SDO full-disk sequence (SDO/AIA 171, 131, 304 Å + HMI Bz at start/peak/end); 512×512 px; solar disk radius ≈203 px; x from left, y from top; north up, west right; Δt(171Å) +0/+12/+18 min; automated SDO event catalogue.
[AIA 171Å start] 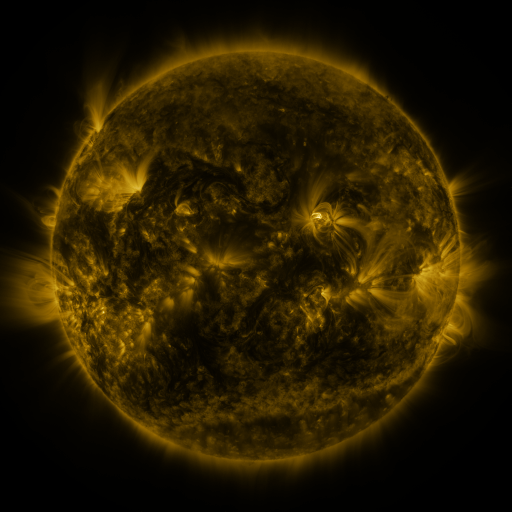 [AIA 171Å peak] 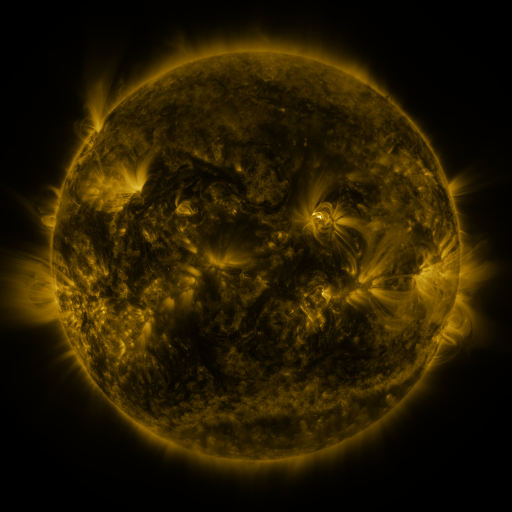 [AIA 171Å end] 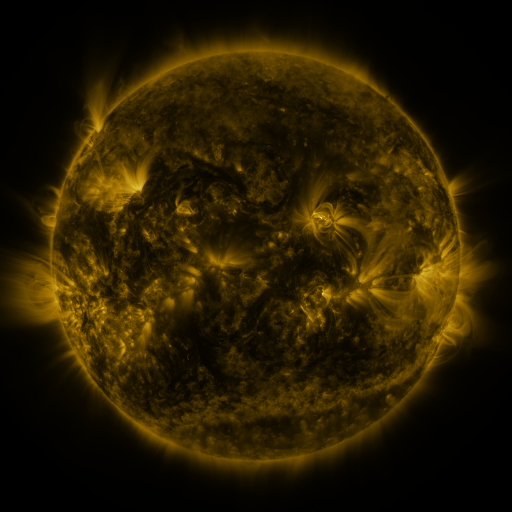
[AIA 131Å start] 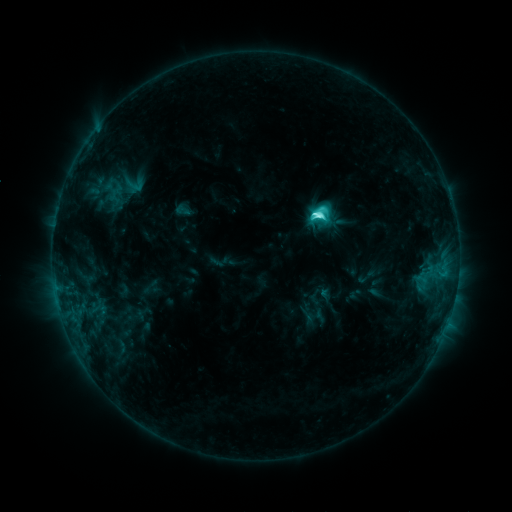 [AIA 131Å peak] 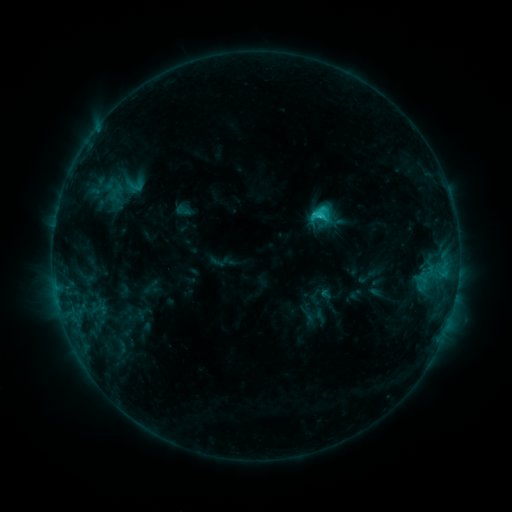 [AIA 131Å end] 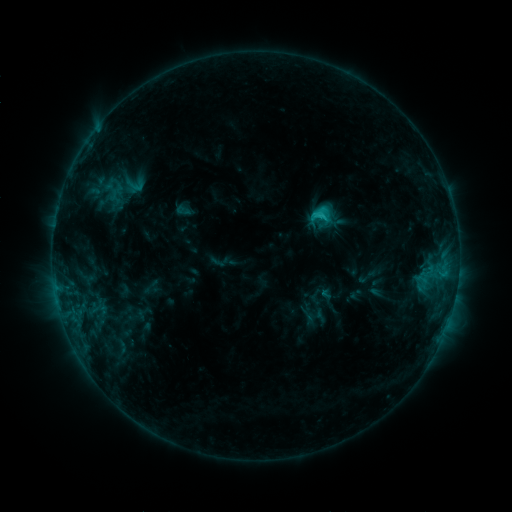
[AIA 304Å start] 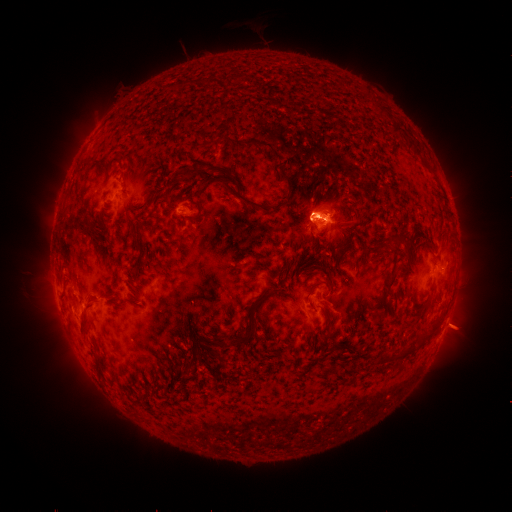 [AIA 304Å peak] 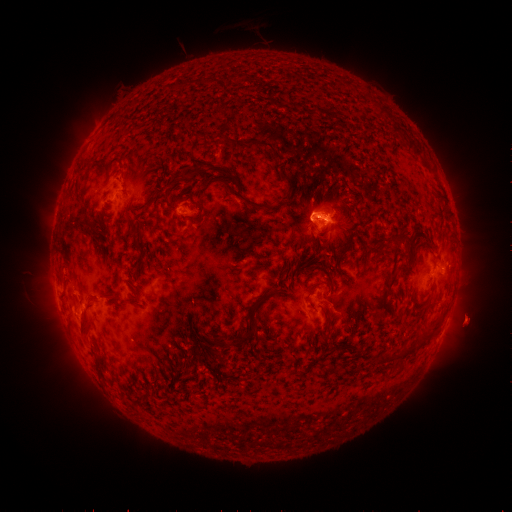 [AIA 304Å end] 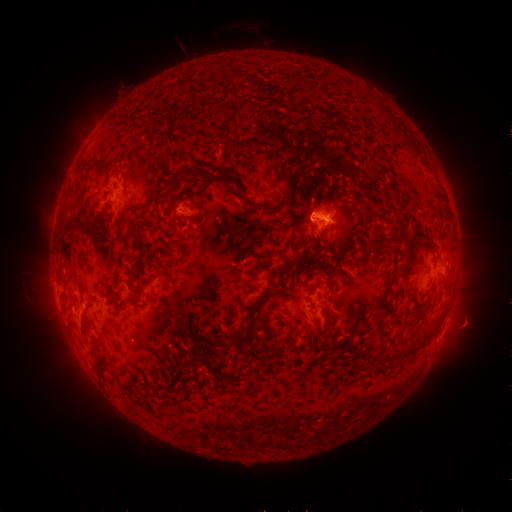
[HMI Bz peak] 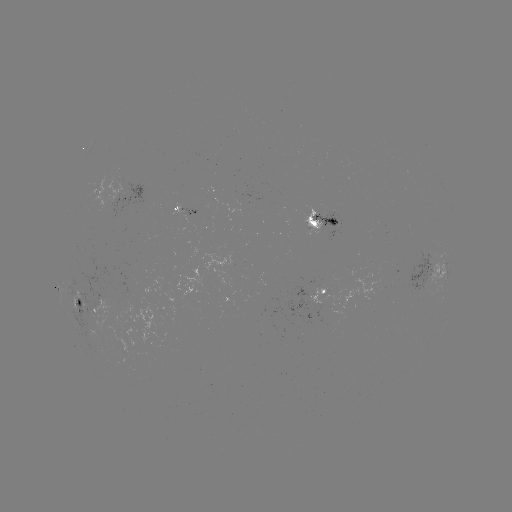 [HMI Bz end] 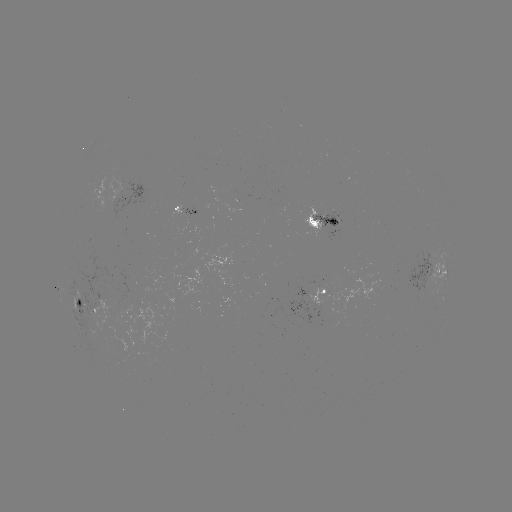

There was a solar eruption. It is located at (468, 325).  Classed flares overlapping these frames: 1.